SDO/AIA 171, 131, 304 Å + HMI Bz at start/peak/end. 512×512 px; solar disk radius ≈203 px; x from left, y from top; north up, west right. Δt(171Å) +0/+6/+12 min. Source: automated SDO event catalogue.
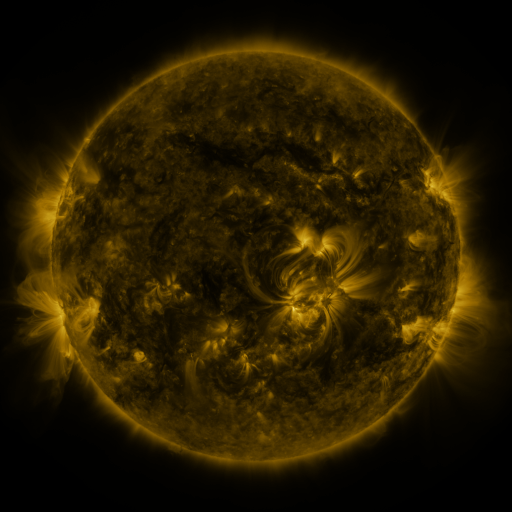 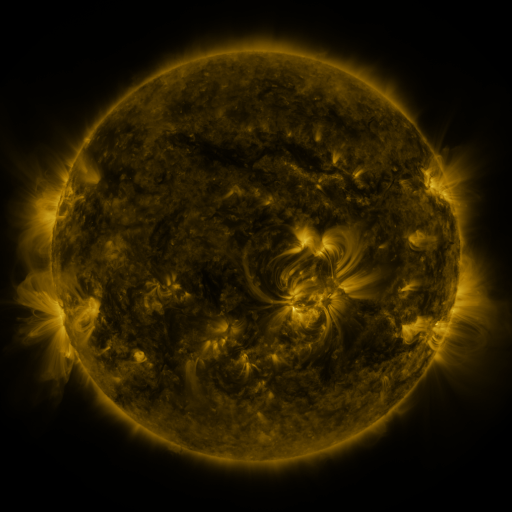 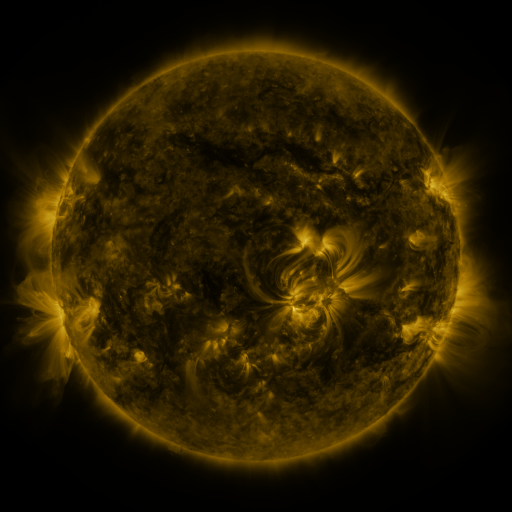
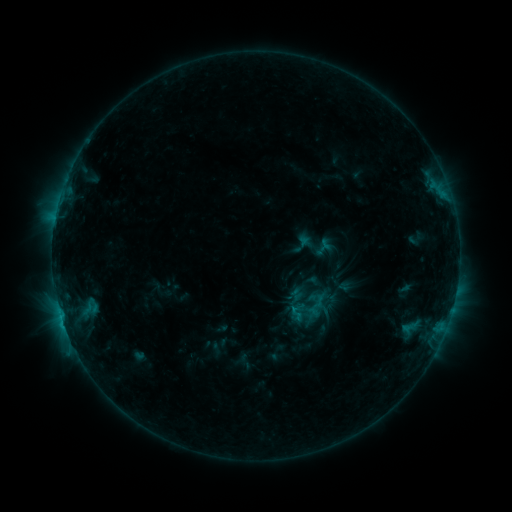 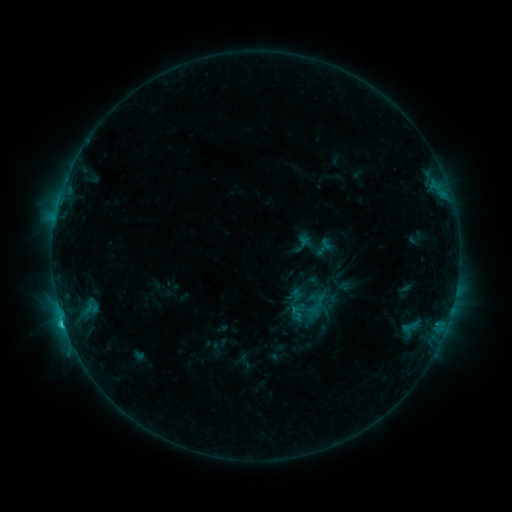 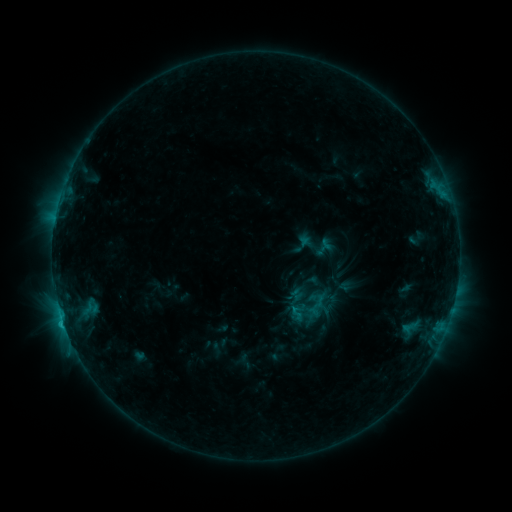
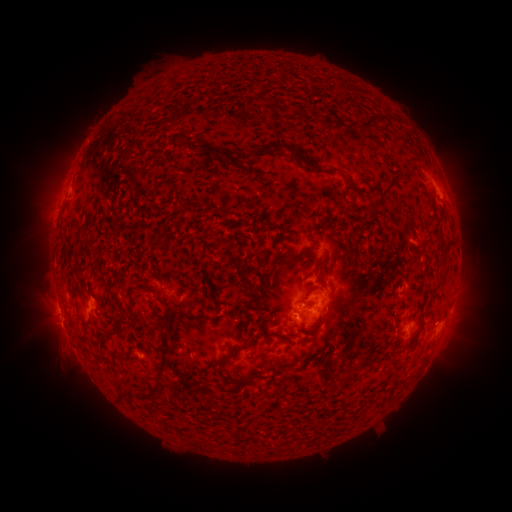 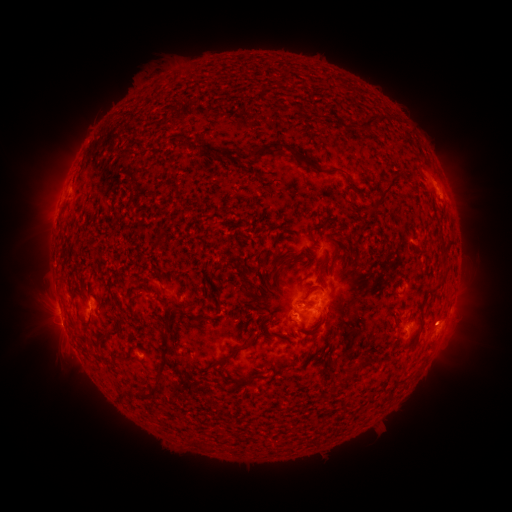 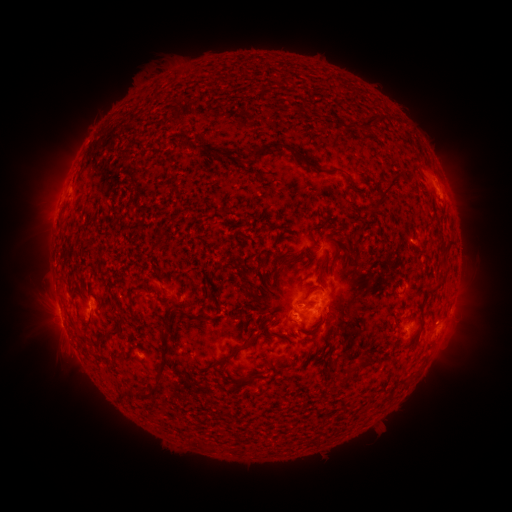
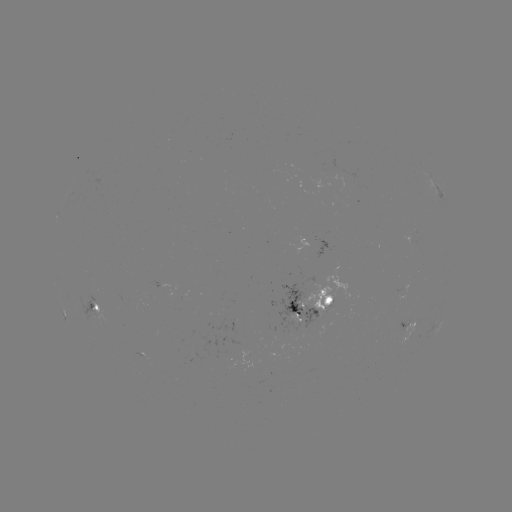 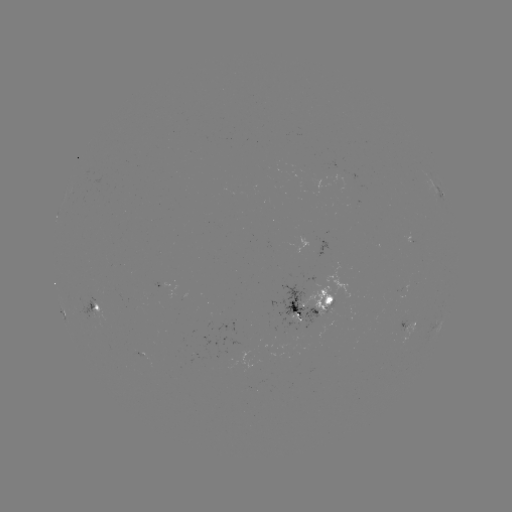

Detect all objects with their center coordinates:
C1.5 flare: (63, 322)
